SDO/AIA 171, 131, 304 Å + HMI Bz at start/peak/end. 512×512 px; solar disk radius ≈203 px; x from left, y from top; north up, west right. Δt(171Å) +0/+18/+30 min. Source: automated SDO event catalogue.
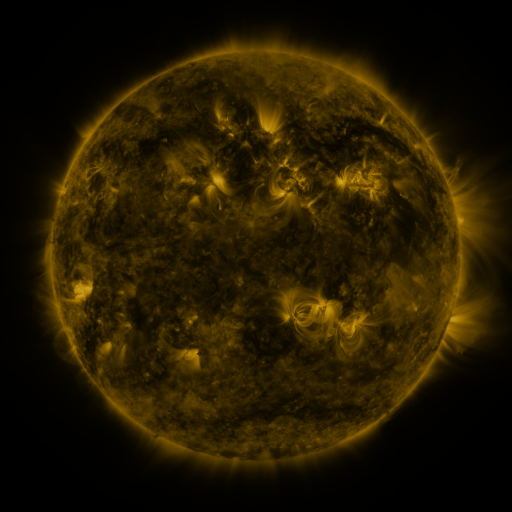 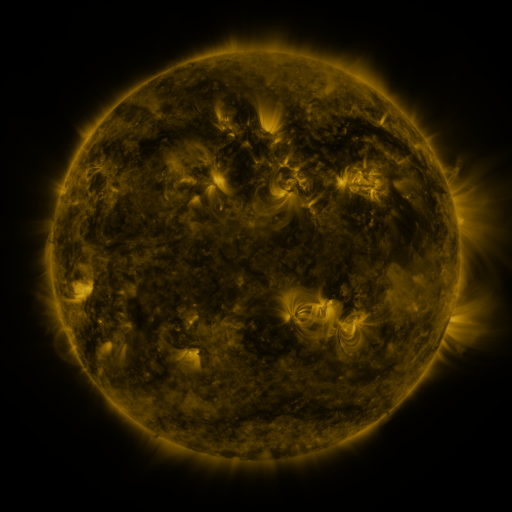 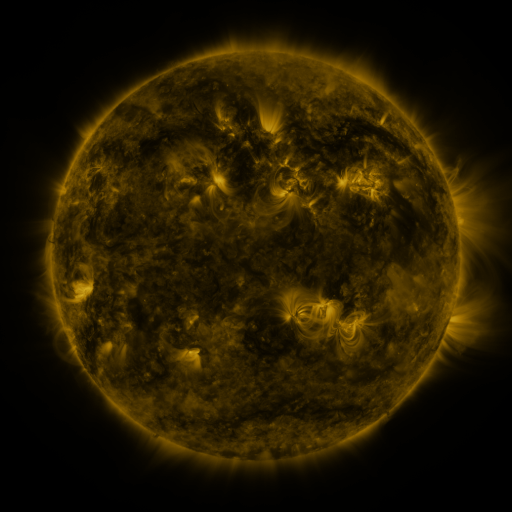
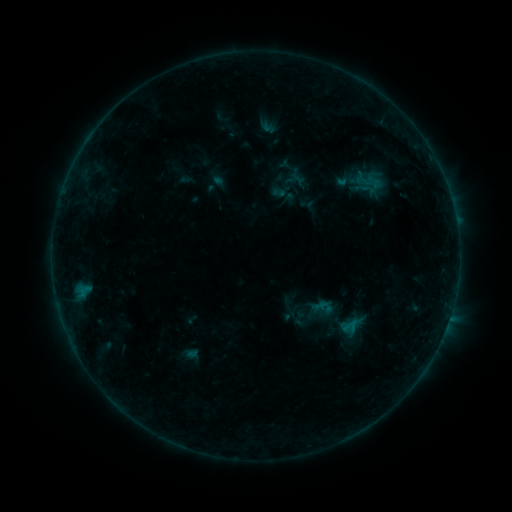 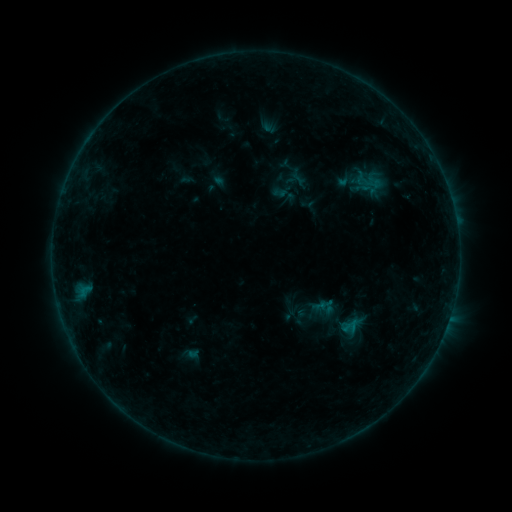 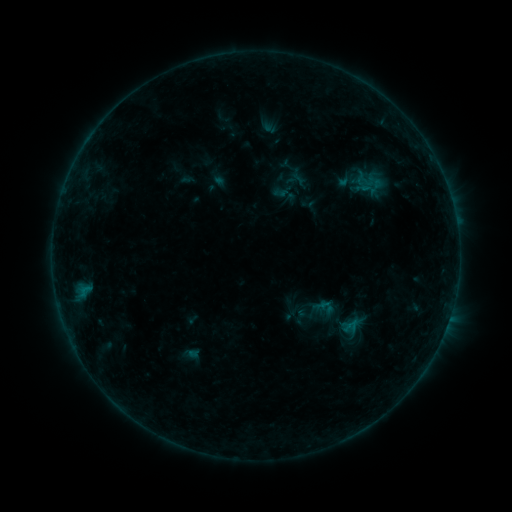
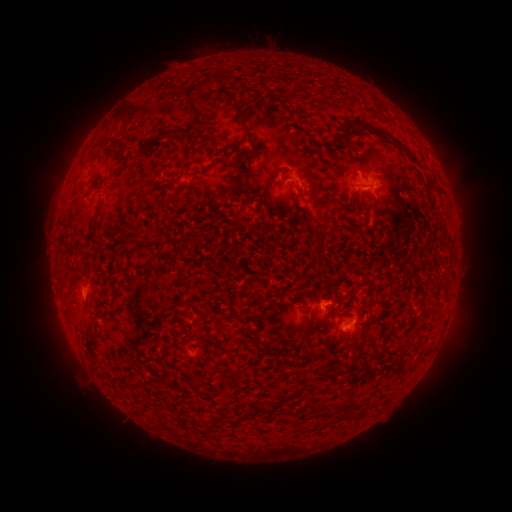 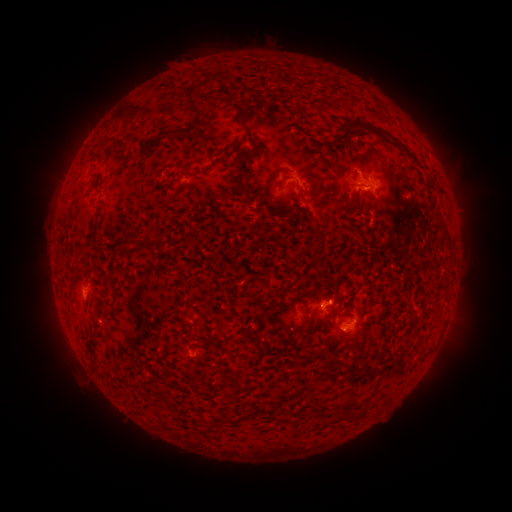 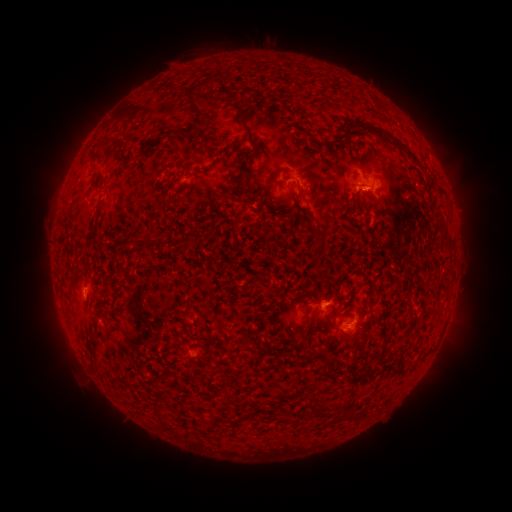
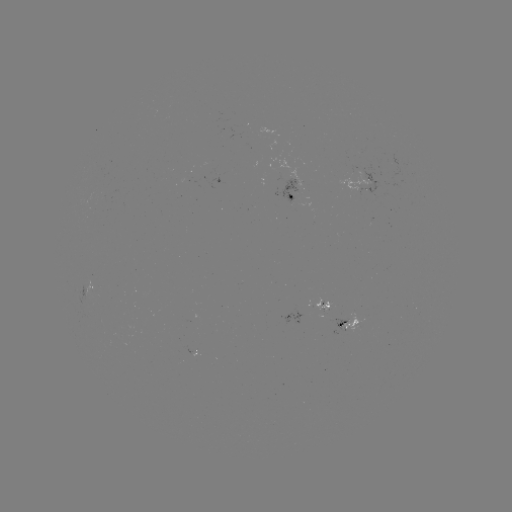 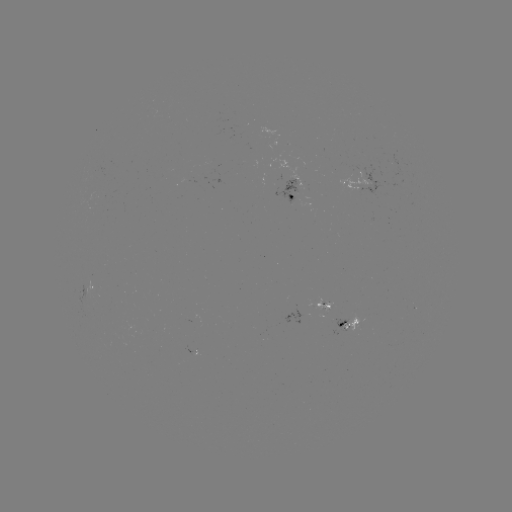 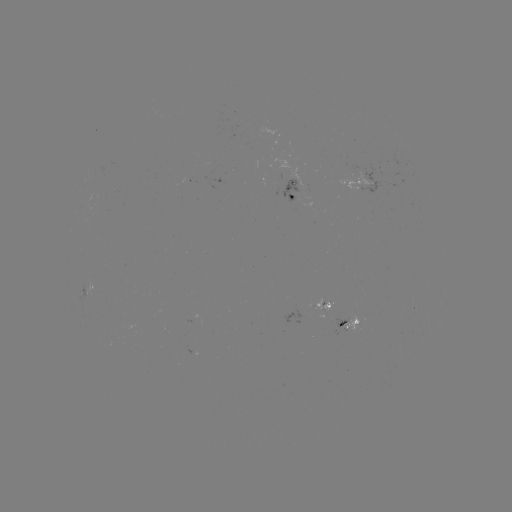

no catalogued flare and no flagged EUV brightening in this window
